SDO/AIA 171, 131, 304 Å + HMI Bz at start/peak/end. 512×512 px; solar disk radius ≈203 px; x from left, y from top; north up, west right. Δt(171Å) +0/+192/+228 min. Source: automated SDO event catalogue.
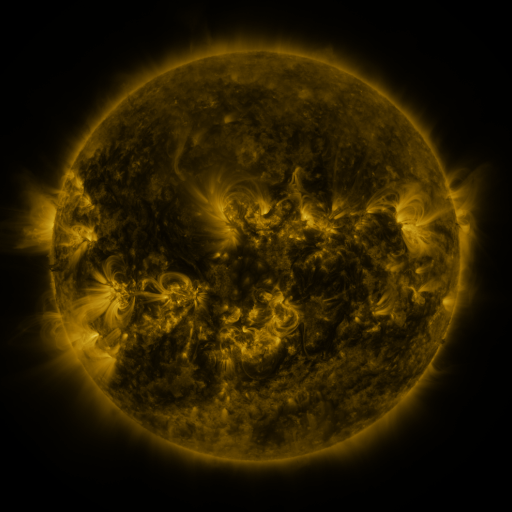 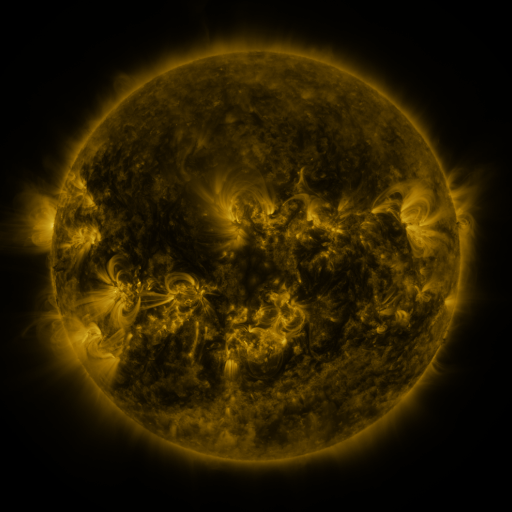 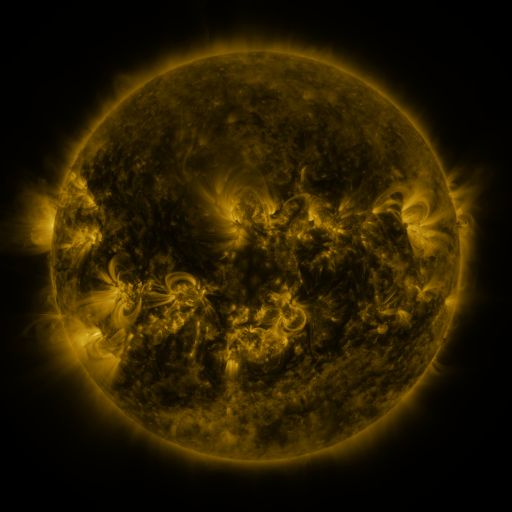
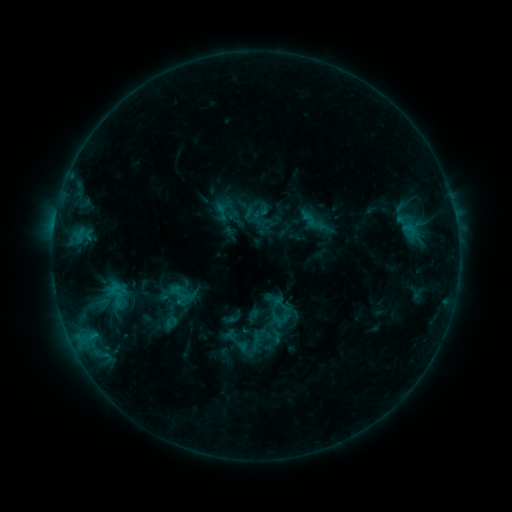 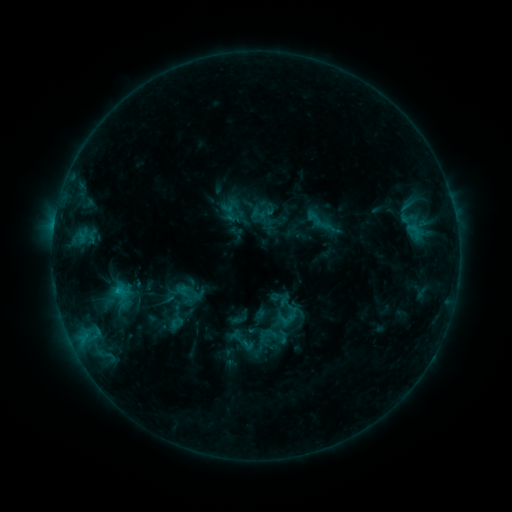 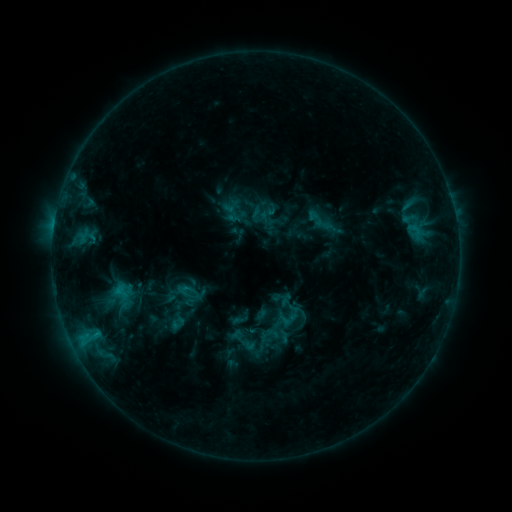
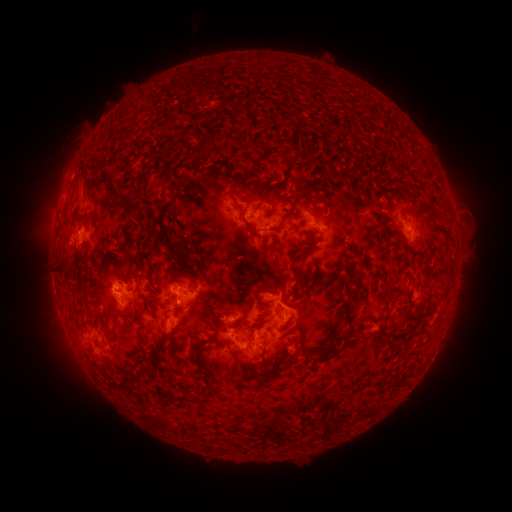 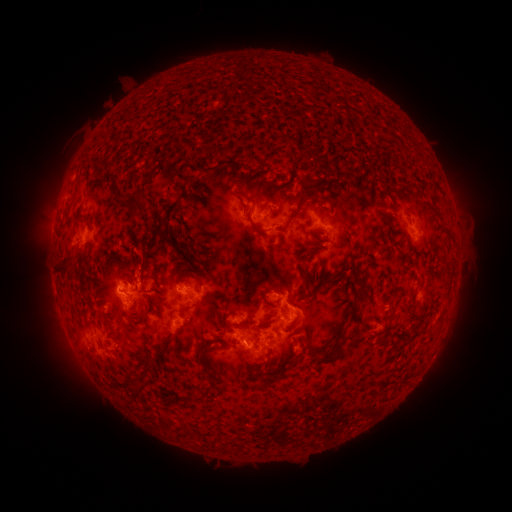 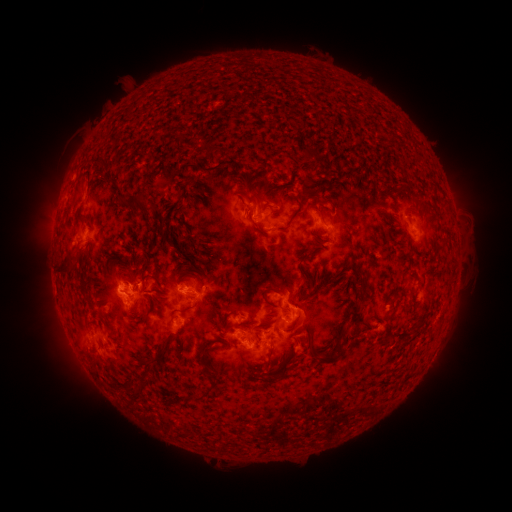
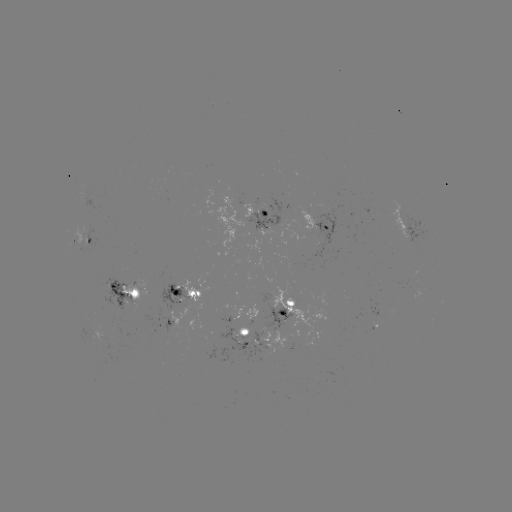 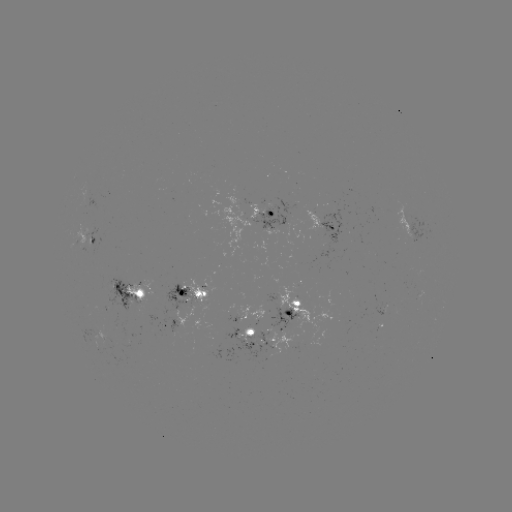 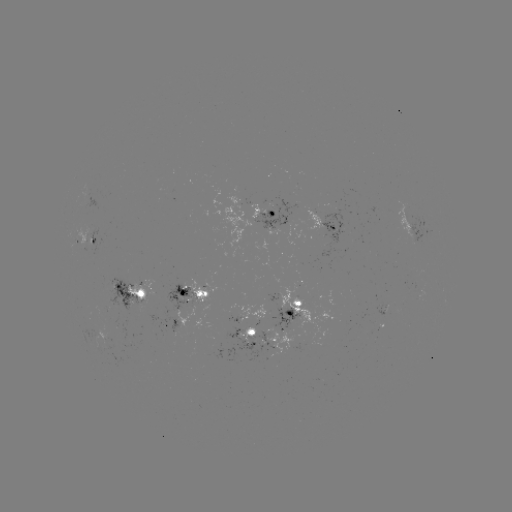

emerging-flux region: <bbox>225, 310, 239, 322</bbox>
